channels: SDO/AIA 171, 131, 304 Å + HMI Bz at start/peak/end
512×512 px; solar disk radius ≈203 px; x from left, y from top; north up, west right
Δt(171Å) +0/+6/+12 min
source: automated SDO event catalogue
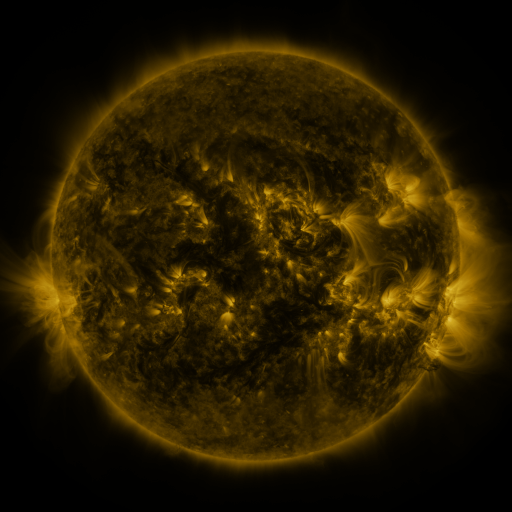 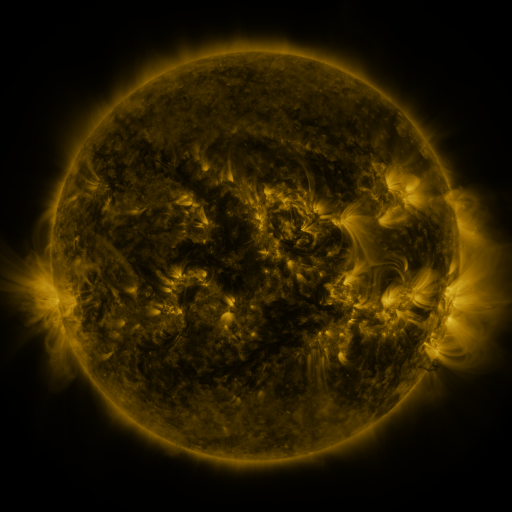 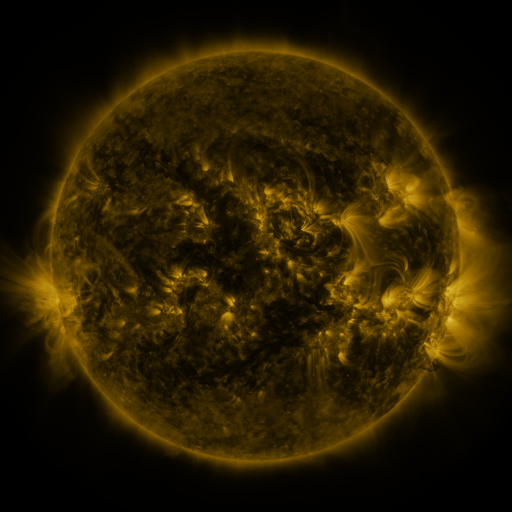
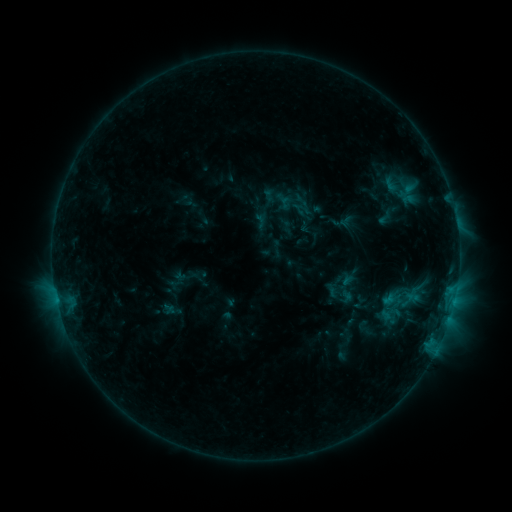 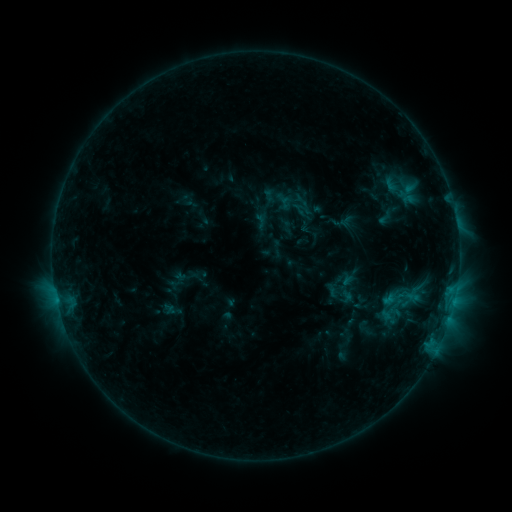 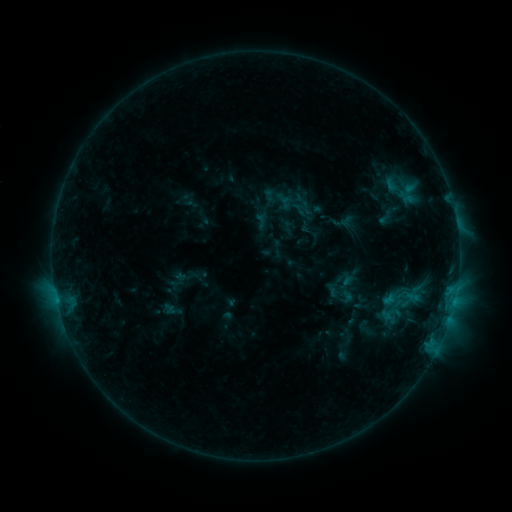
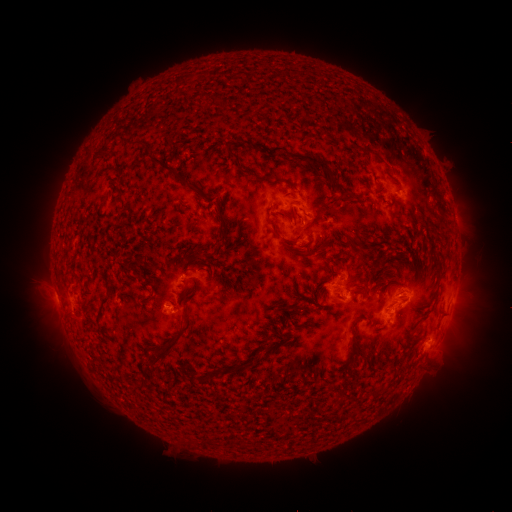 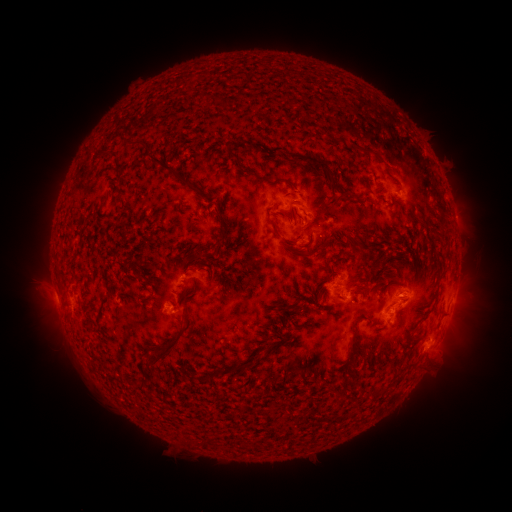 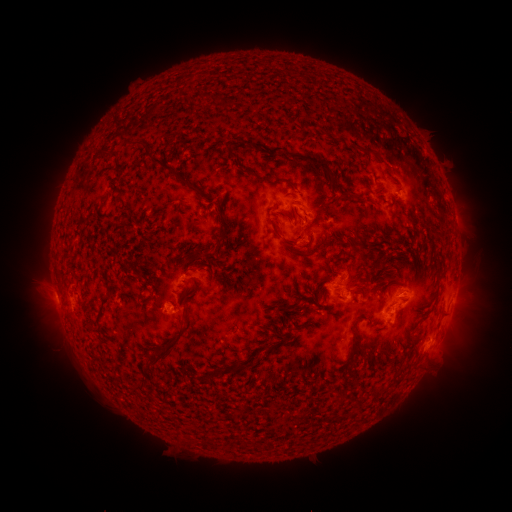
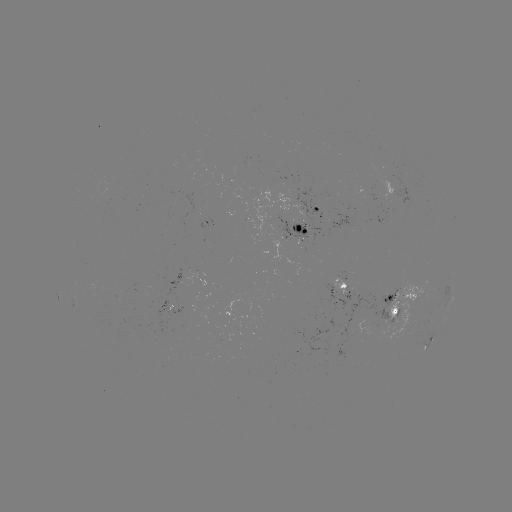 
nothing was catalogued: no classed flare, no EUV trigger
